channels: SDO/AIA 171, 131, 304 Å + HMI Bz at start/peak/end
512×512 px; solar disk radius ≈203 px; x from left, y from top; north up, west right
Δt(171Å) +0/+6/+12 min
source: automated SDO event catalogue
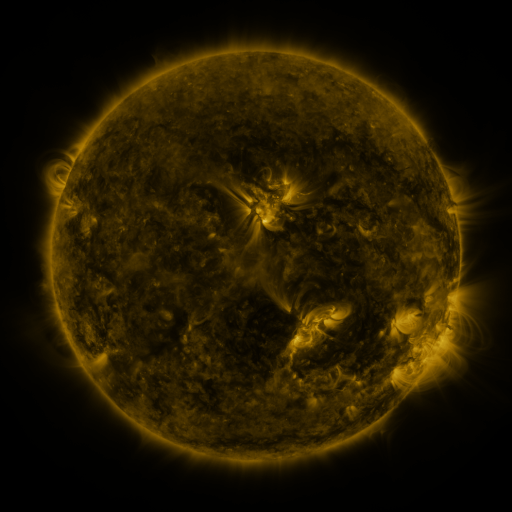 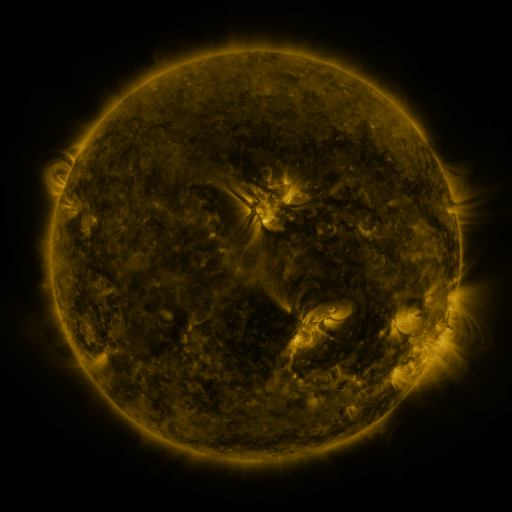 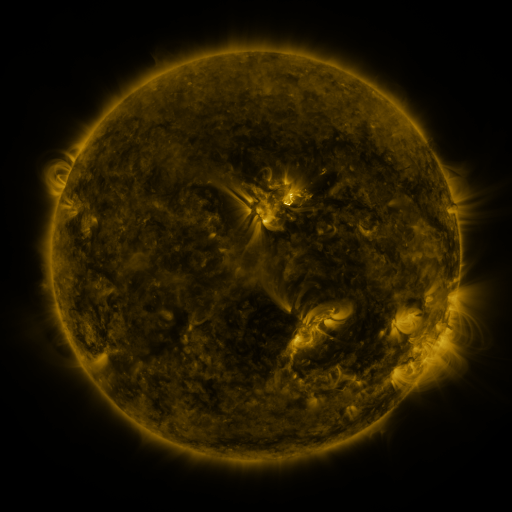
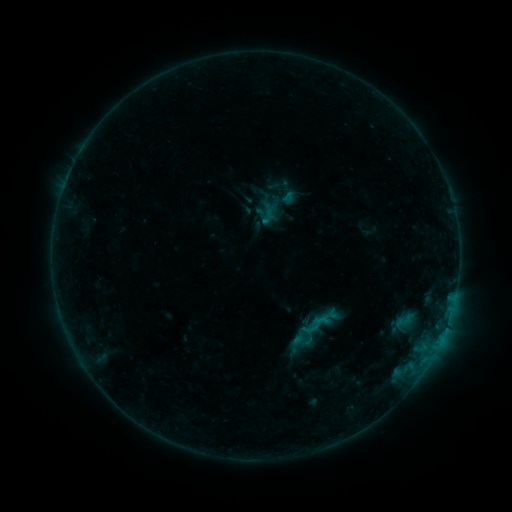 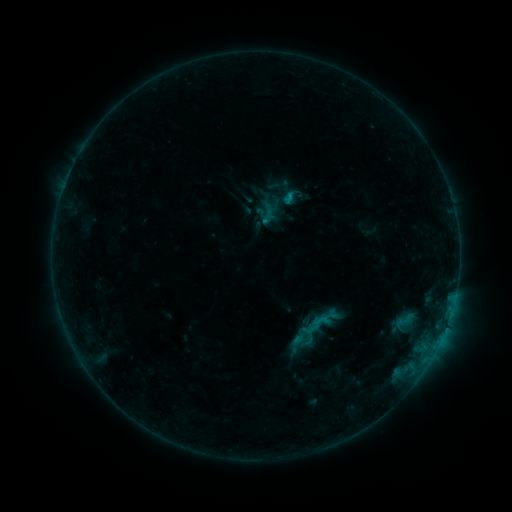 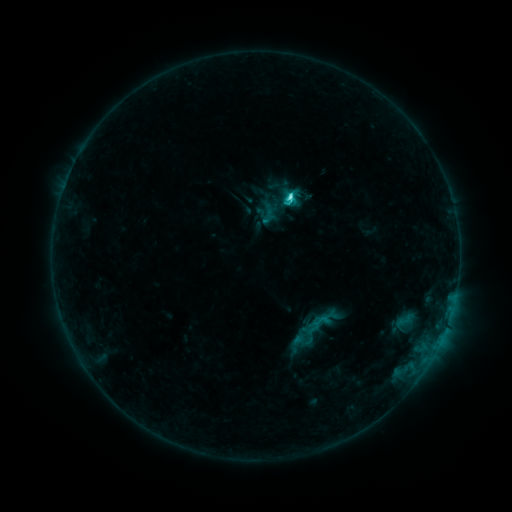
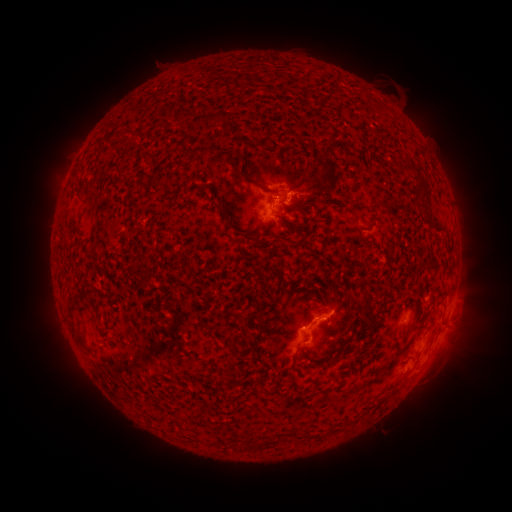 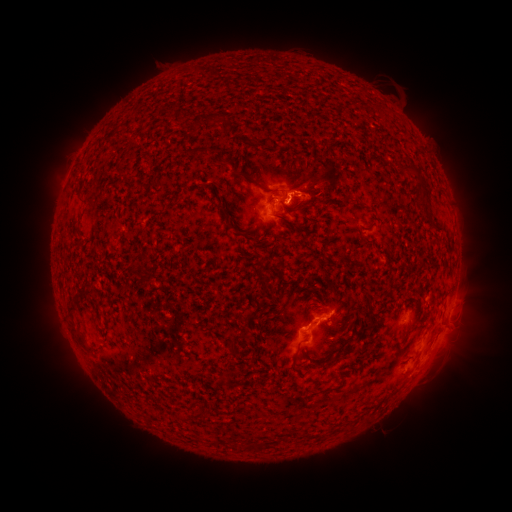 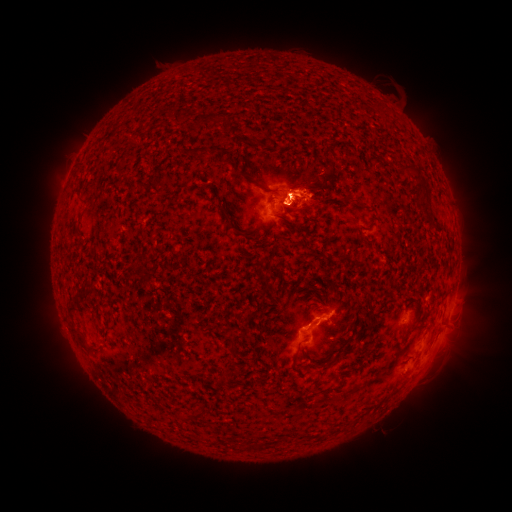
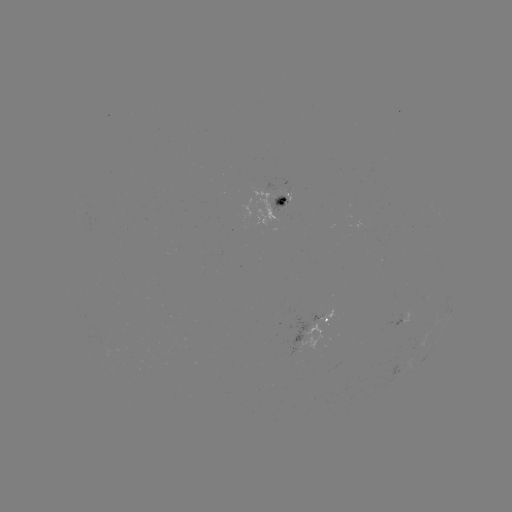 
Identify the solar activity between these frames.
eruption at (313, 192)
